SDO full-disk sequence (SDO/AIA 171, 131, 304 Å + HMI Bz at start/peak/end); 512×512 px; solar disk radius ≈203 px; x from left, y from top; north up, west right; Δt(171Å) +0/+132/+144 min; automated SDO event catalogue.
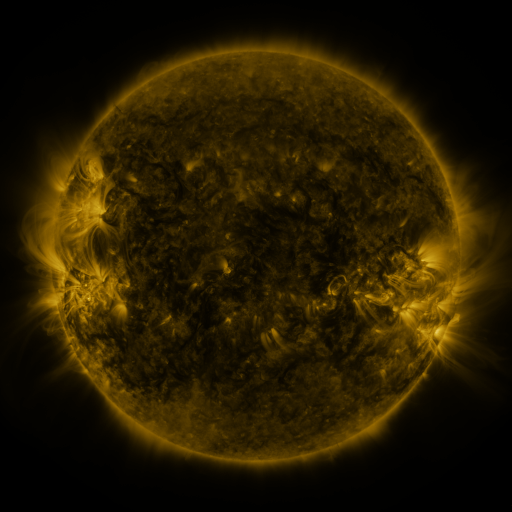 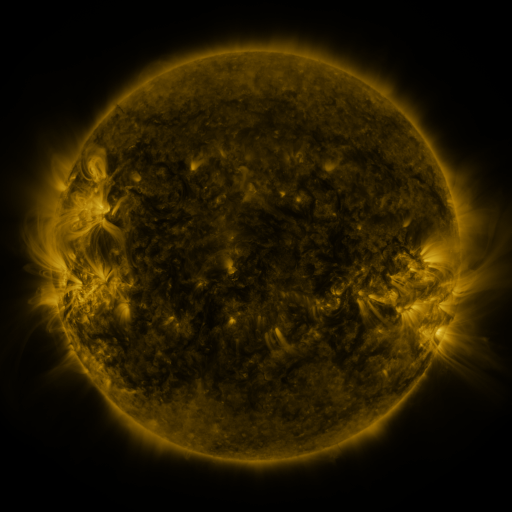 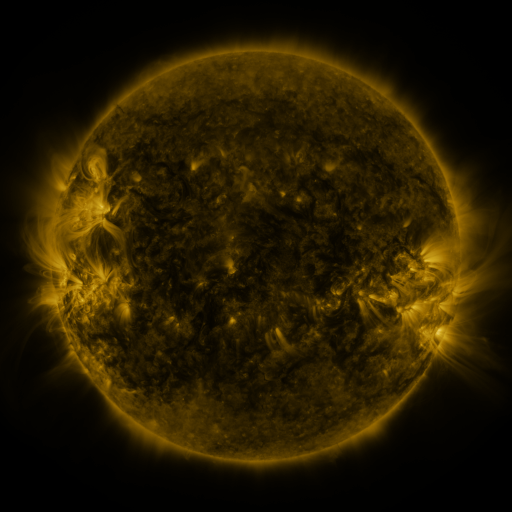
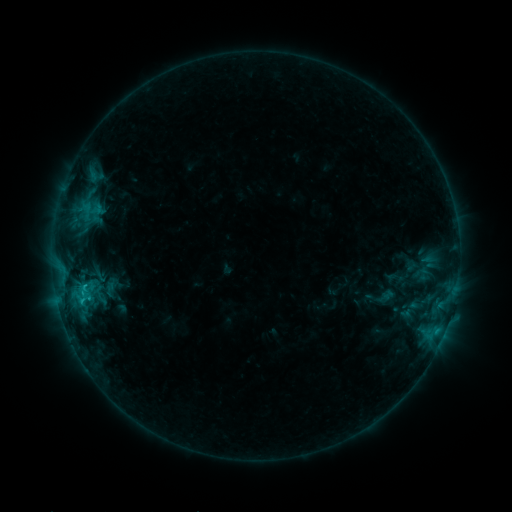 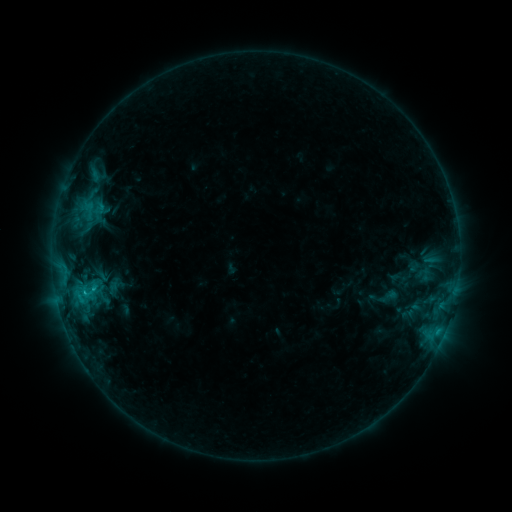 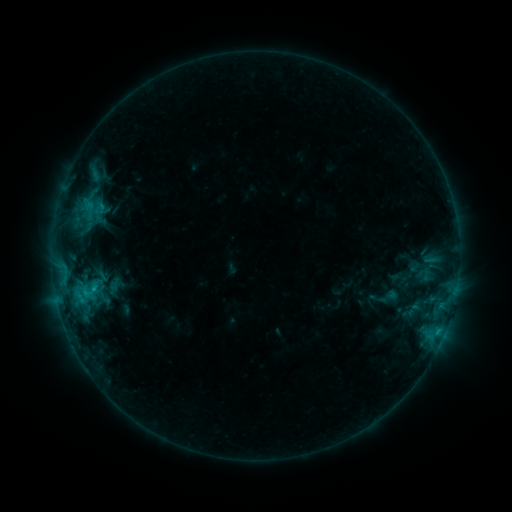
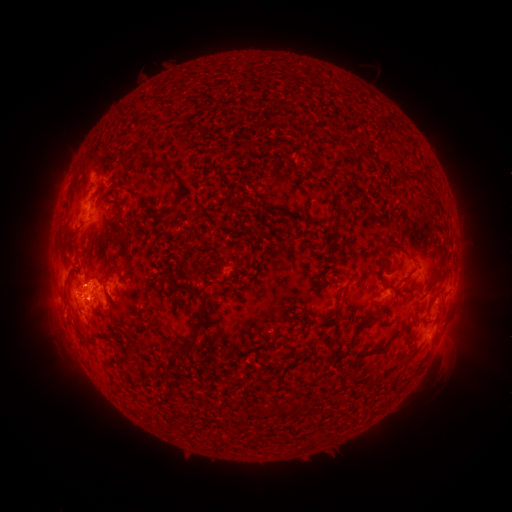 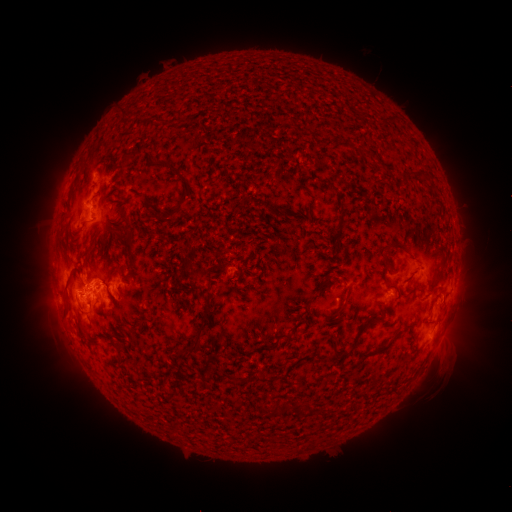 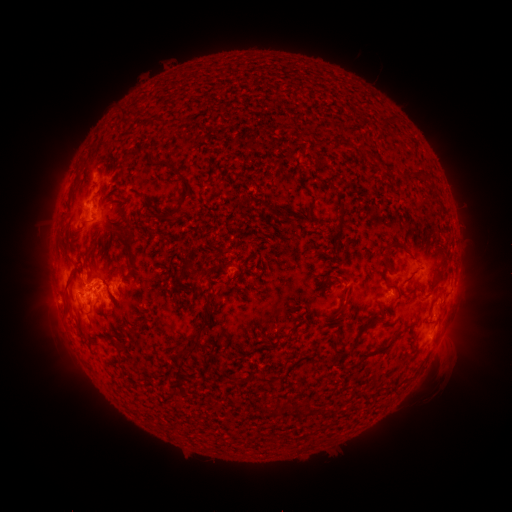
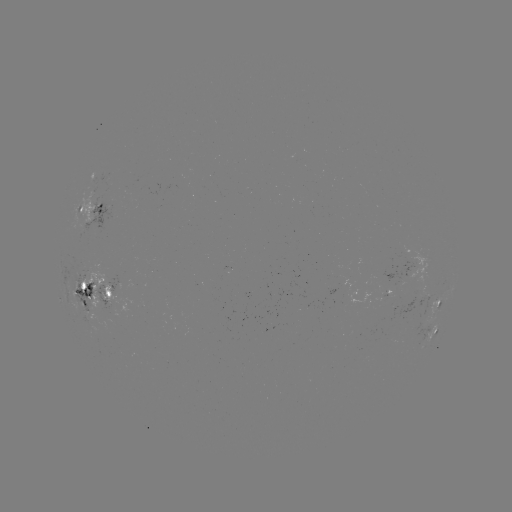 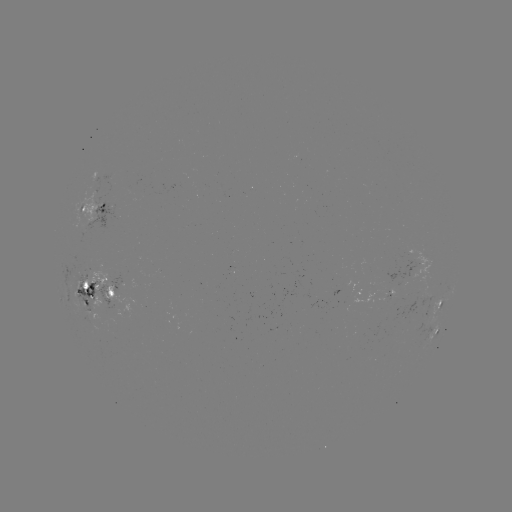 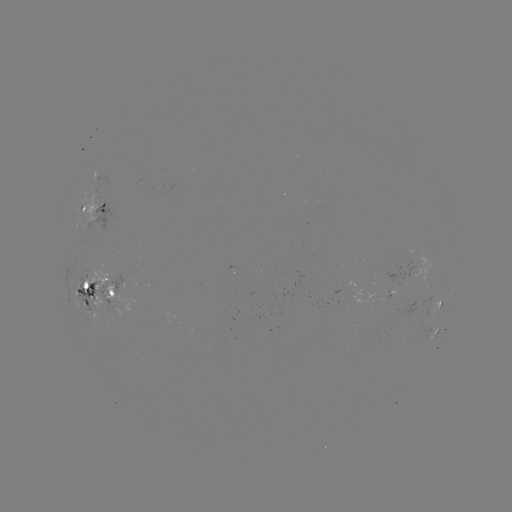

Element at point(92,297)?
emerging-flux region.